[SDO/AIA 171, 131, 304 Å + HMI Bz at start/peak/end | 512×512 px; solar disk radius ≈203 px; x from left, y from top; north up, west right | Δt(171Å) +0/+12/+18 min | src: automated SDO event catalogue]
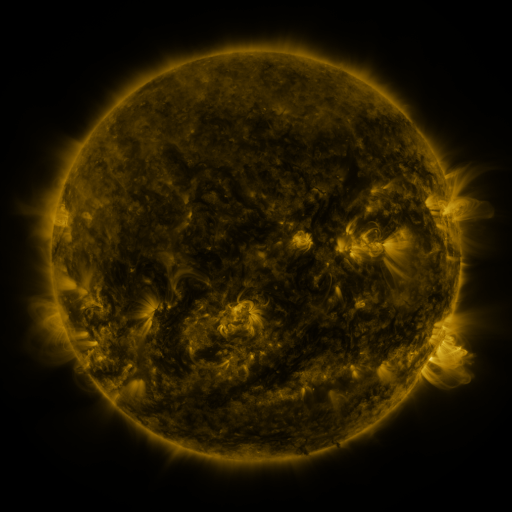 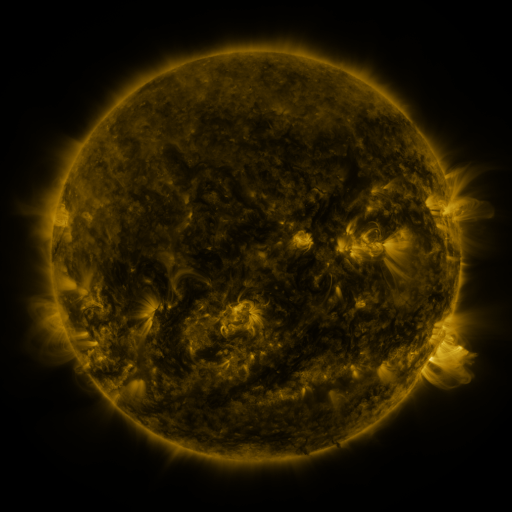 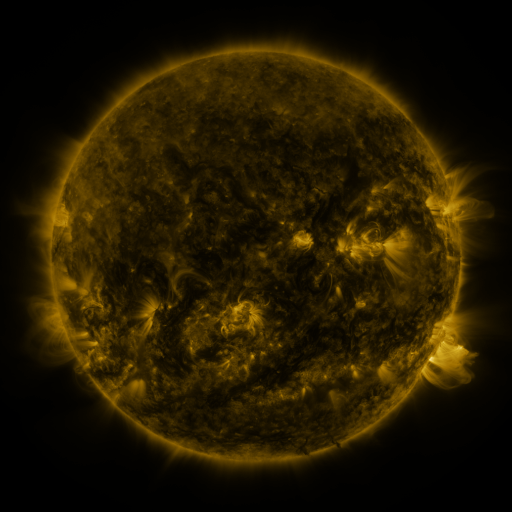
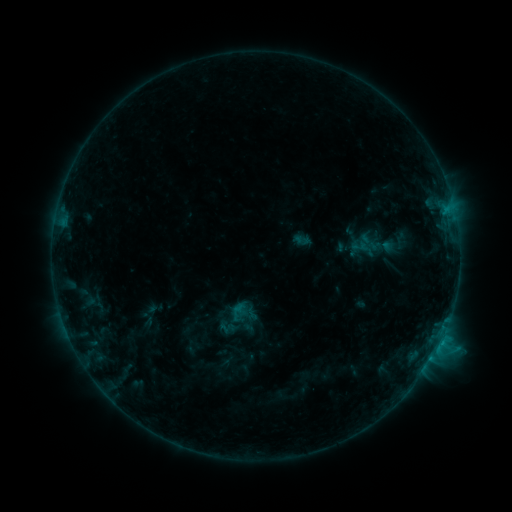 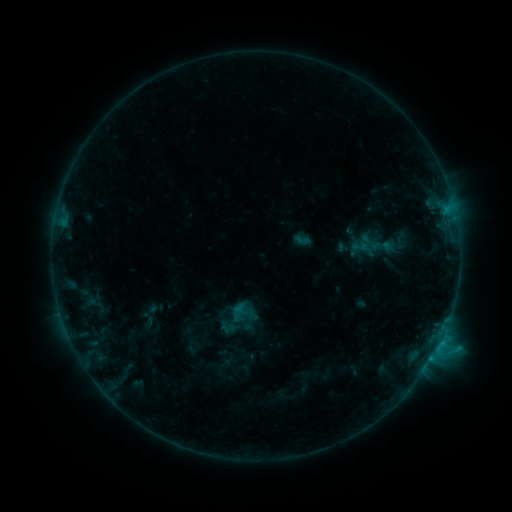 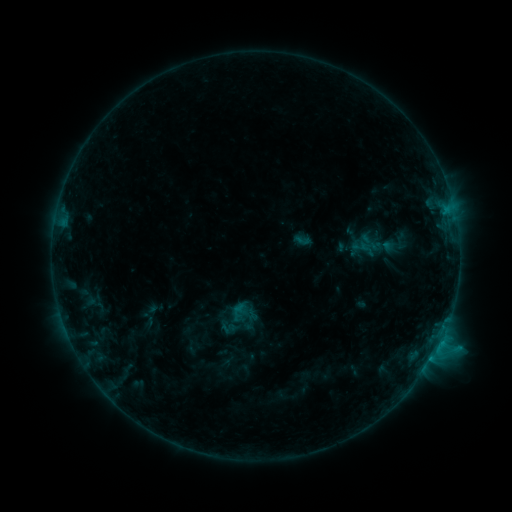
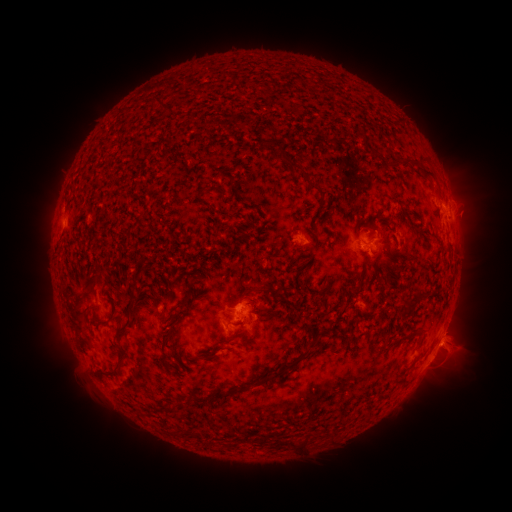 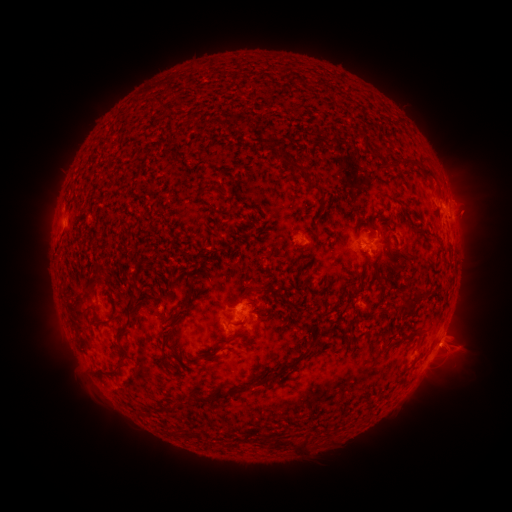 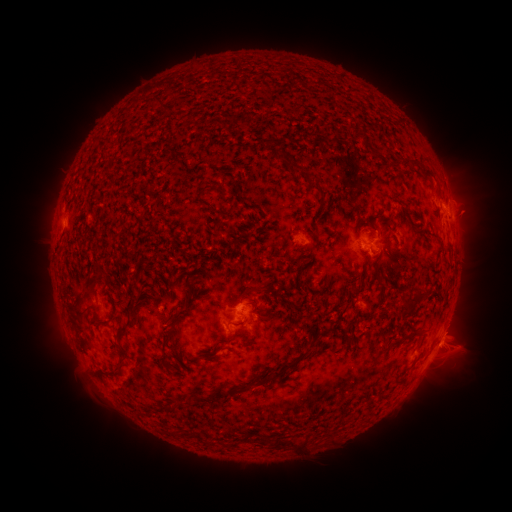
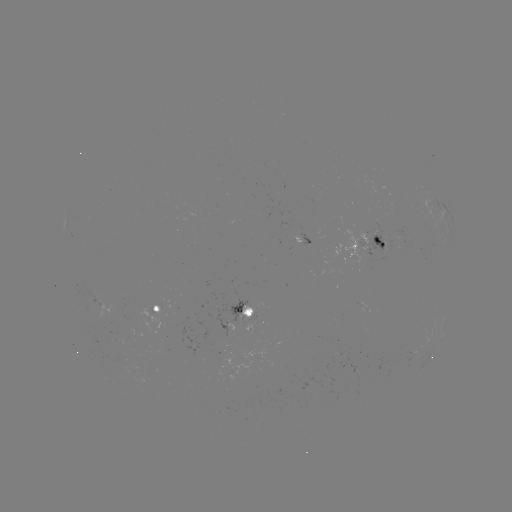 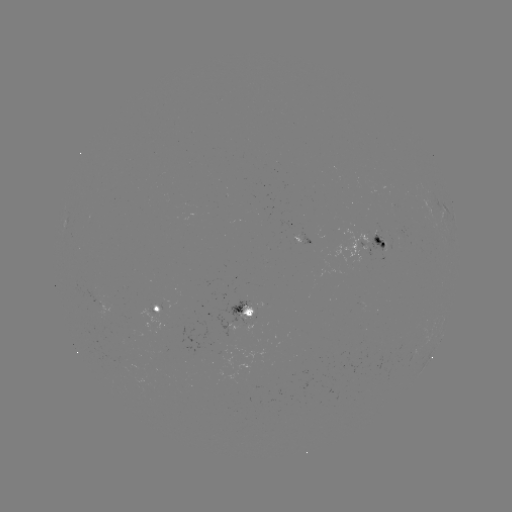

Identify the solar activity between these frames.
no classed flare was catalogued and no EUV brightening was flagged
